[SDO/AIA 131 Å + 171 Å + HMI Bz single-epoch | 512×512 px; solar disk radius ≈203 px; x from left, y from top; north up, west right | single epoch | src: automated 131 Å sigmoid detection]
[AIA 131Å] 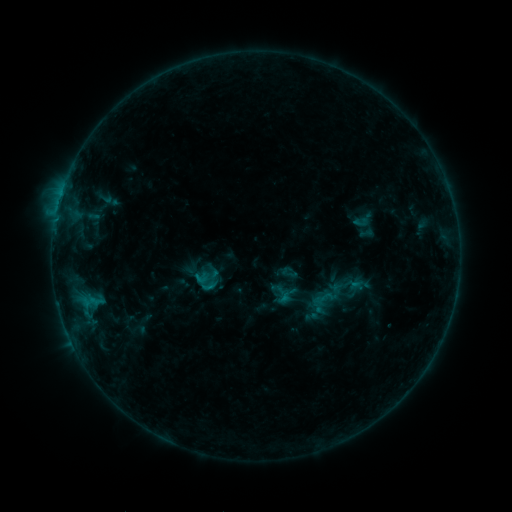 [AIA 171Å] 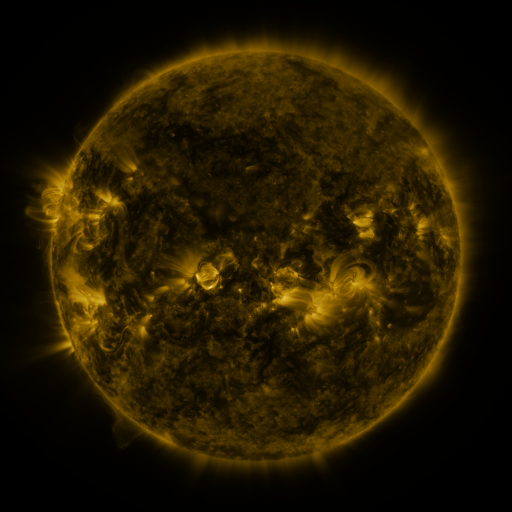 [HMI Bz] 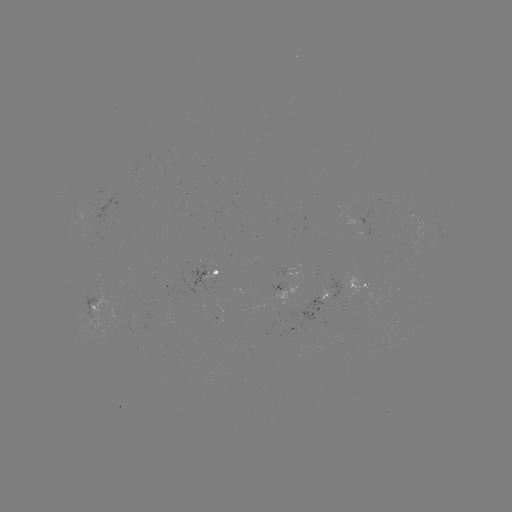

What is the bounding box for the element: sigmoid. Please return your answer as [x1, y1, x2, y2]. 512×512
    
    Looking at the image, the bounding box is [304, 275, 348, 319].